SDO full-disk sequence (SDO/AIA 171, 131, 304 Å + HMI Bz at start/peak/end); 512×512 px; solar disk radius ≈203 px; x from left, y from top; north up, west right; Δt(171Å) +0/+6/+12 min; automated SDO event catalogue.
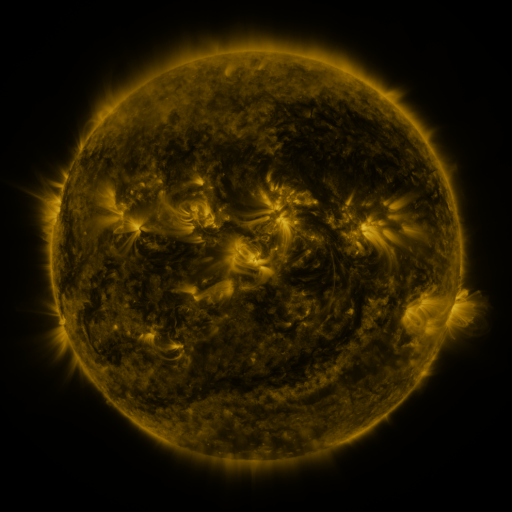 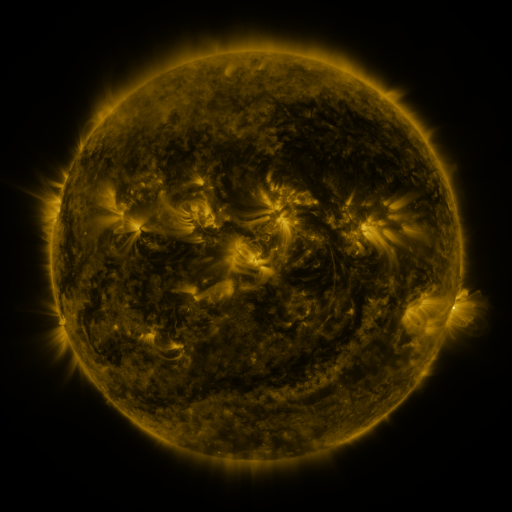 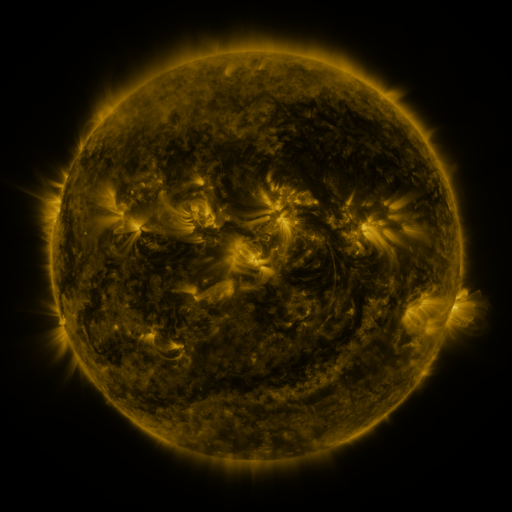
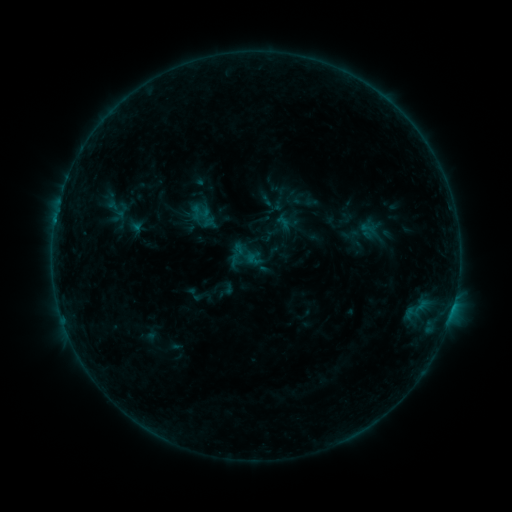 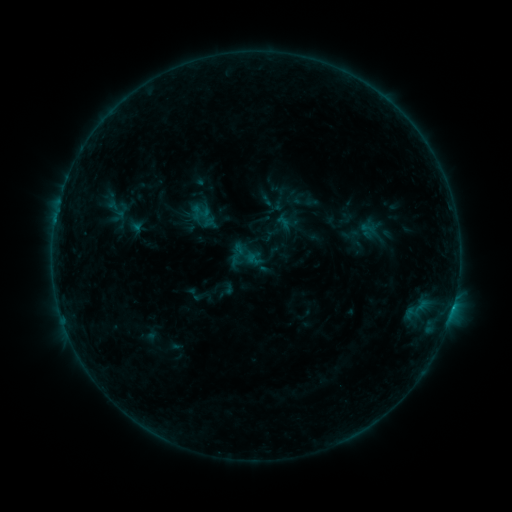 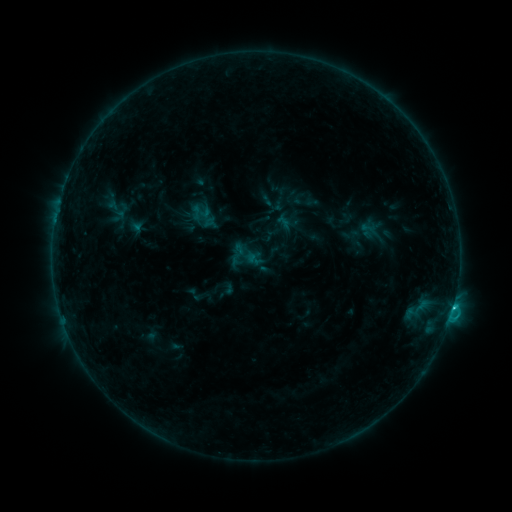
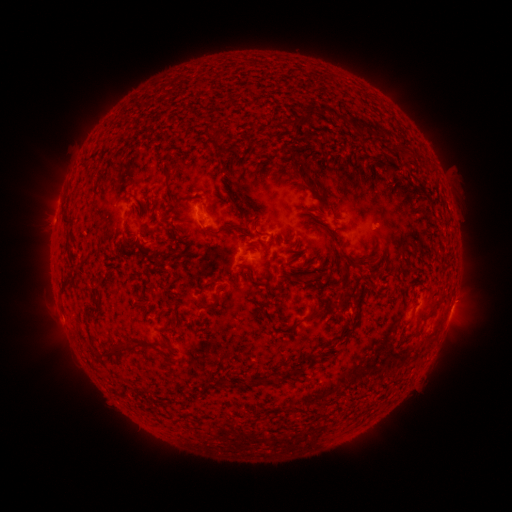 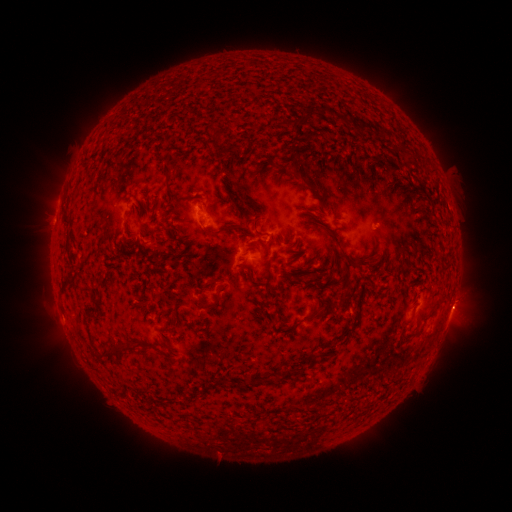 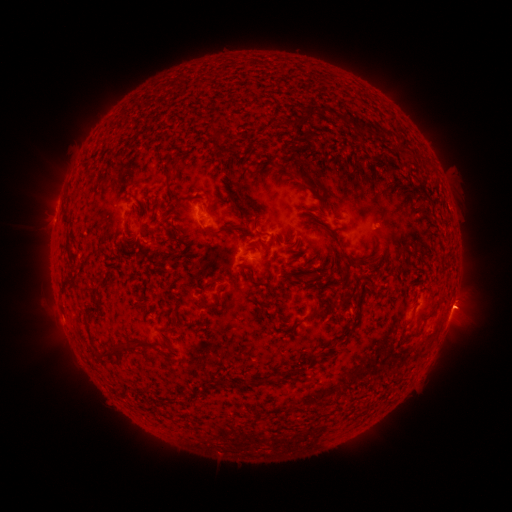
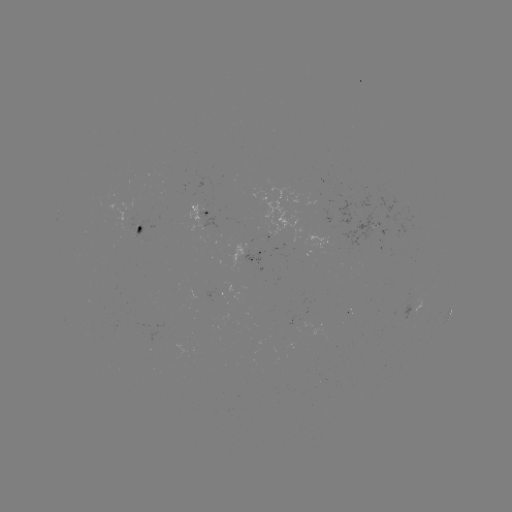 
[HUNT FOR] eruption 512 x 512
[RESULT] (459, 307)